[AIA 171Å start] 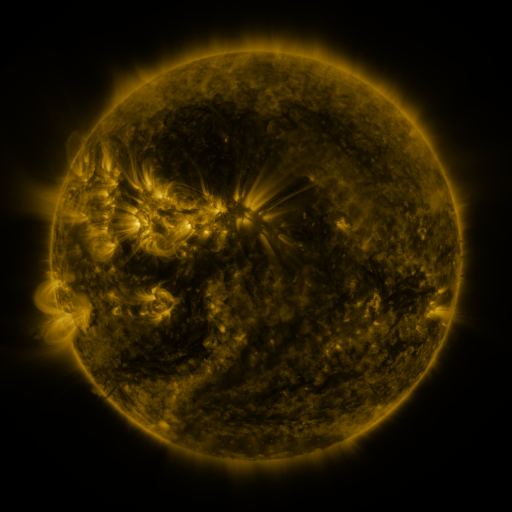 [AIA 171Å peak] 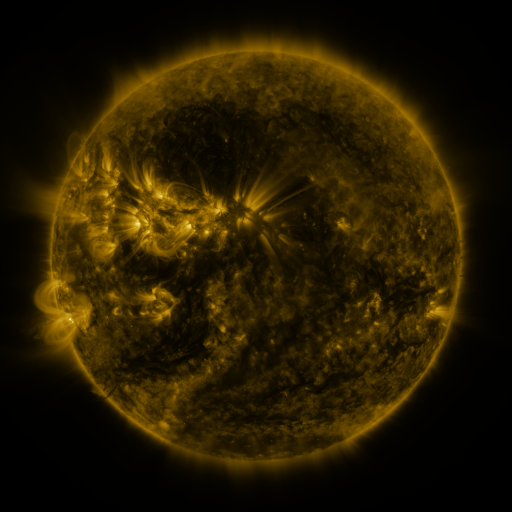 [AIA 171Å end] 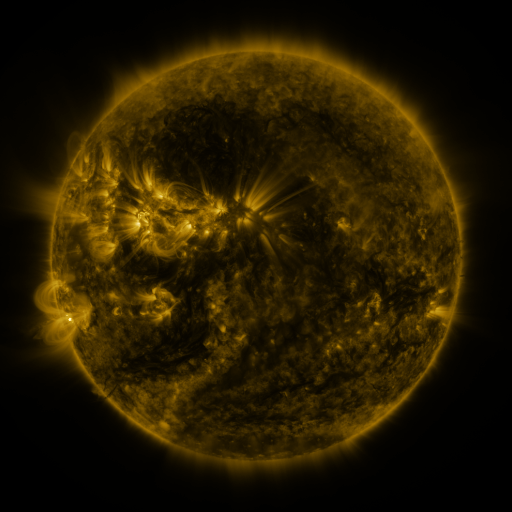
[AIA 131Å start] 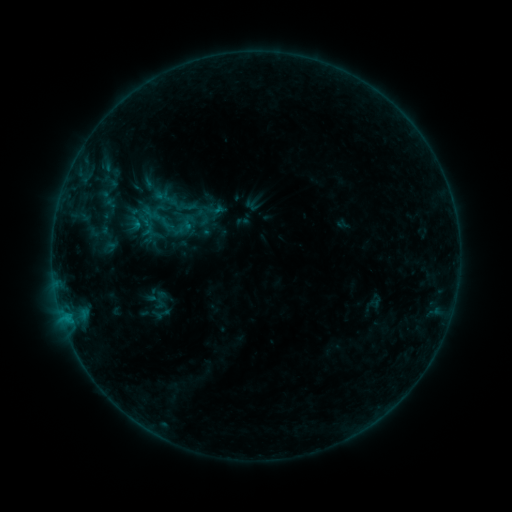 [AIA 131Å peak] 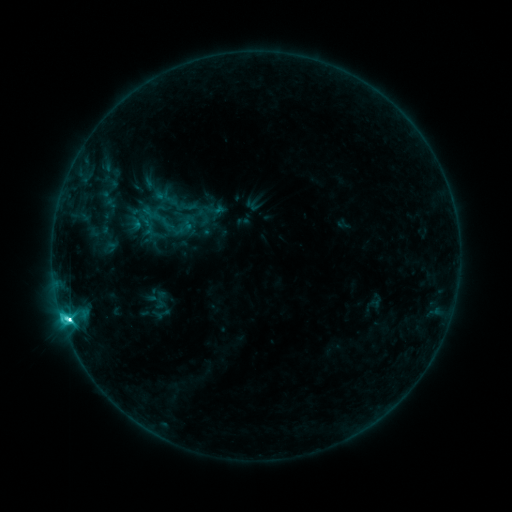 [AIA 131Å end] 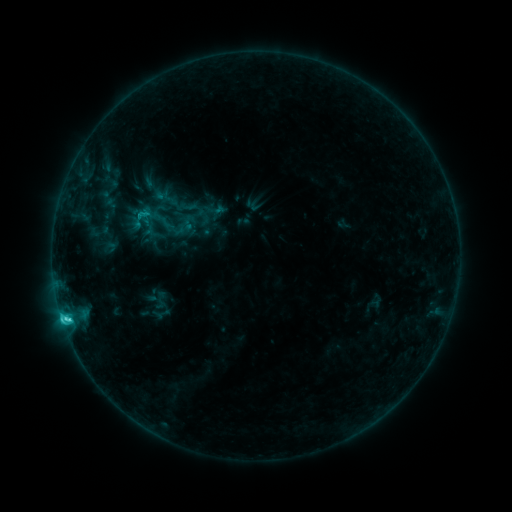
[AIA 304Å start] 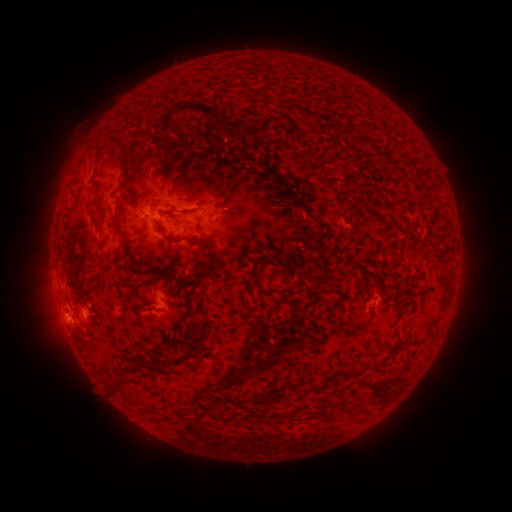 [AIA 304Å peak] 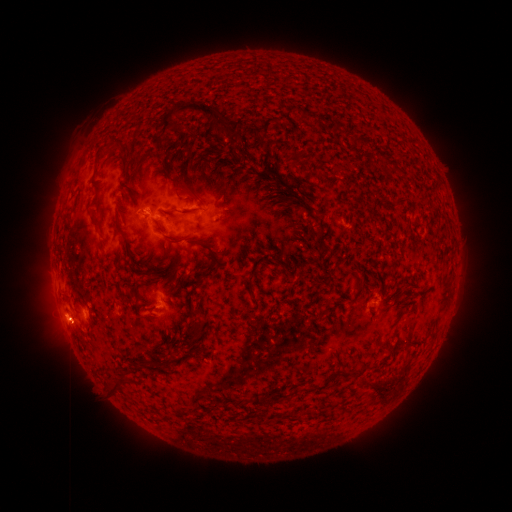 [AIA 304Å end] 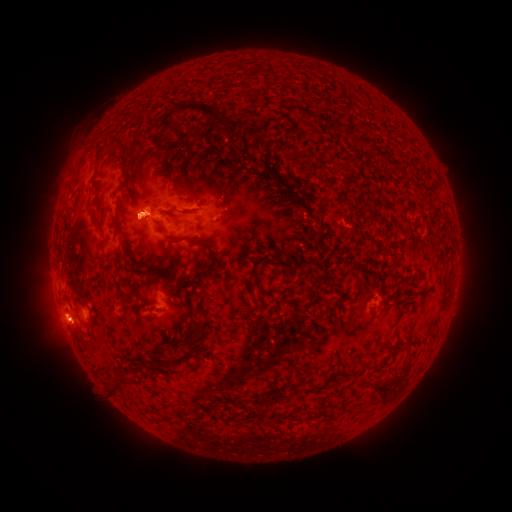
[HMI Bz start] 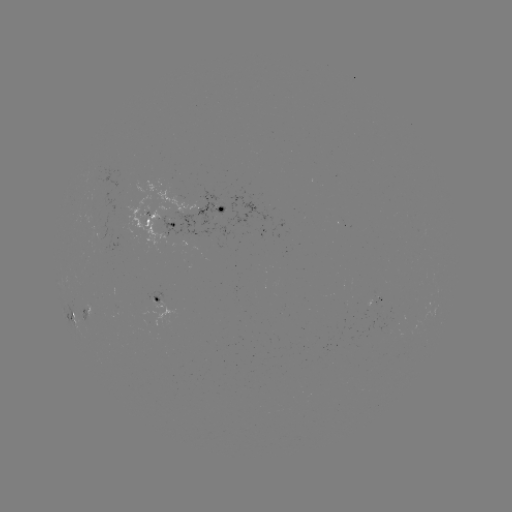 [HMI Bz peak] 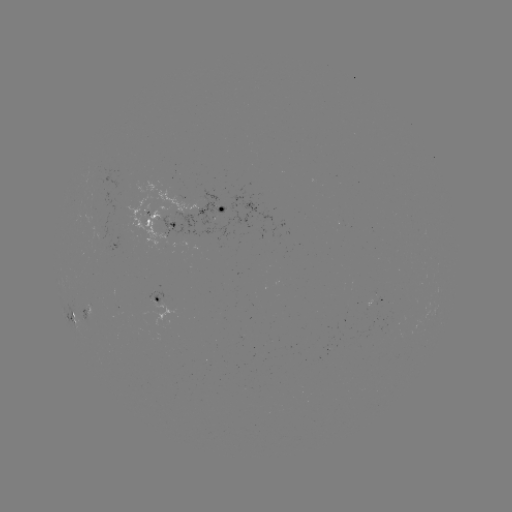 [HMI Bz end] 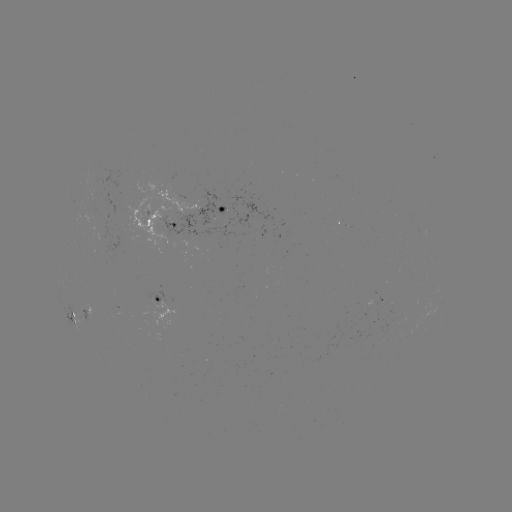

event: flare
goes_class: C5.6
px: (68, 318)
